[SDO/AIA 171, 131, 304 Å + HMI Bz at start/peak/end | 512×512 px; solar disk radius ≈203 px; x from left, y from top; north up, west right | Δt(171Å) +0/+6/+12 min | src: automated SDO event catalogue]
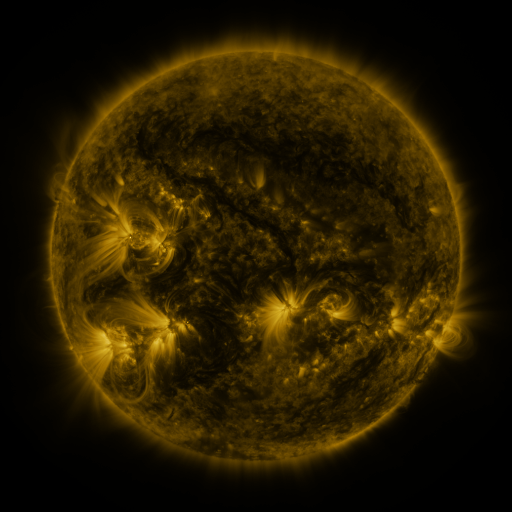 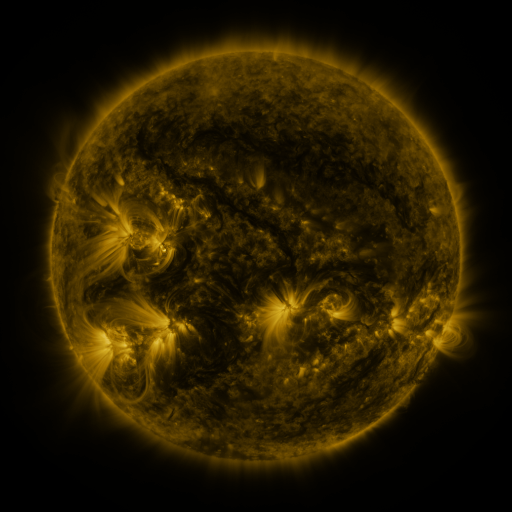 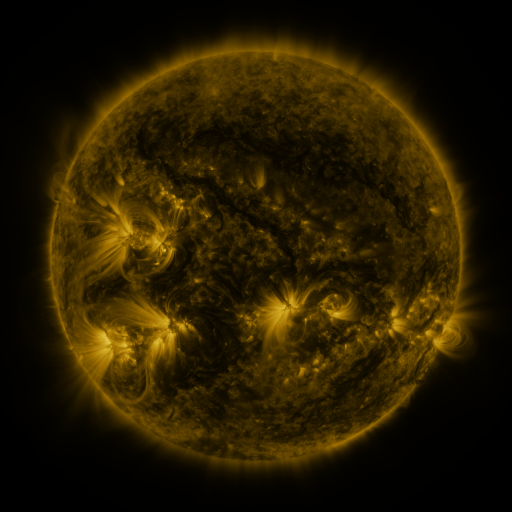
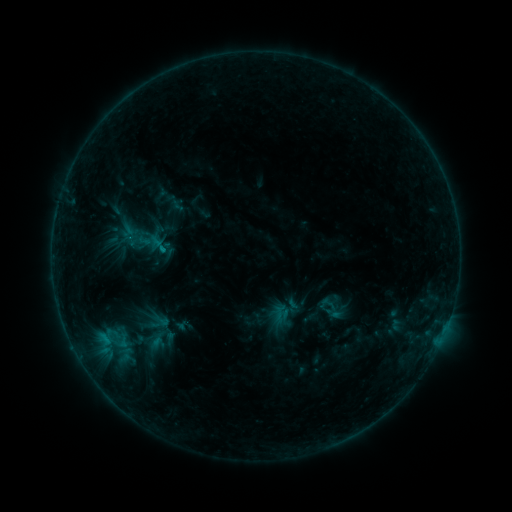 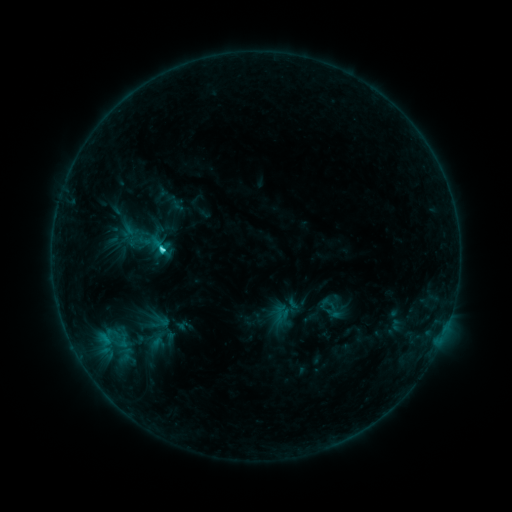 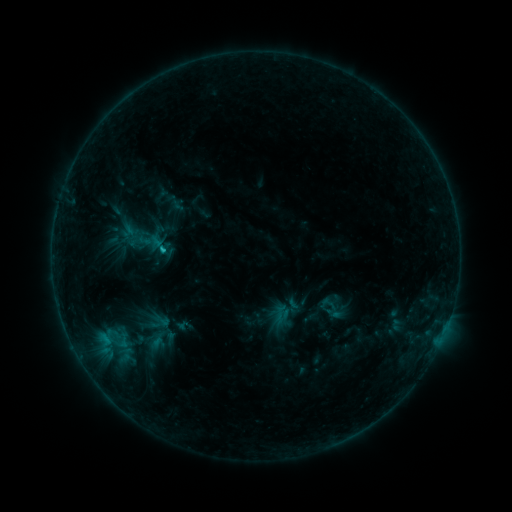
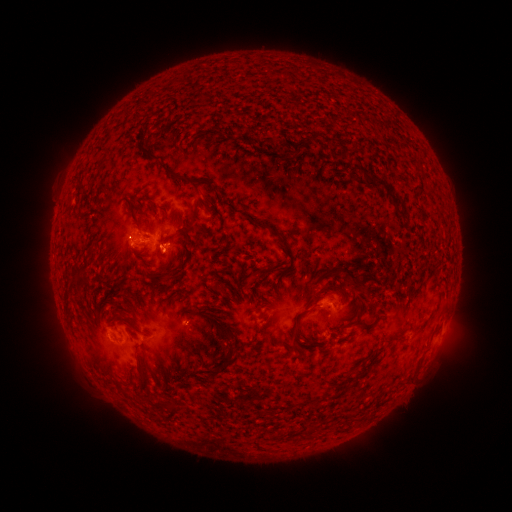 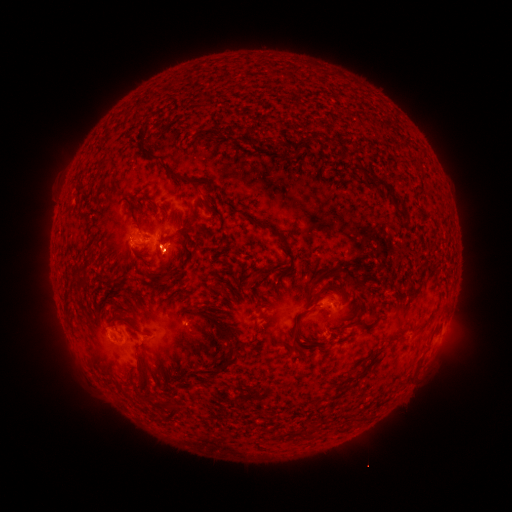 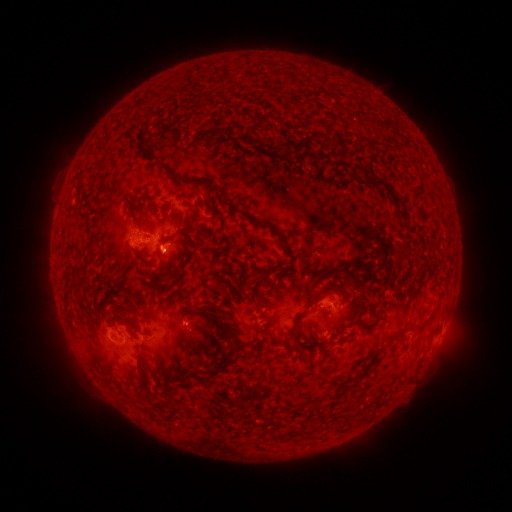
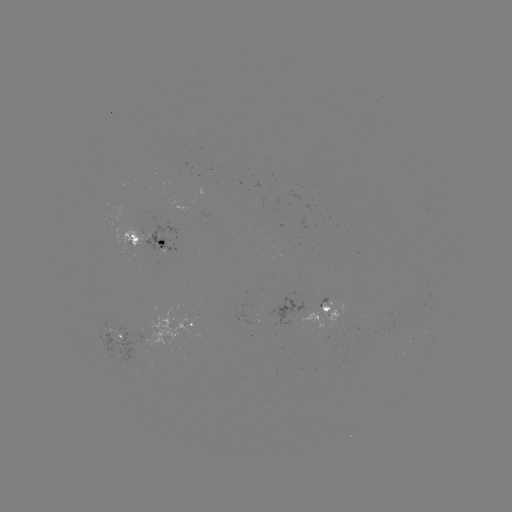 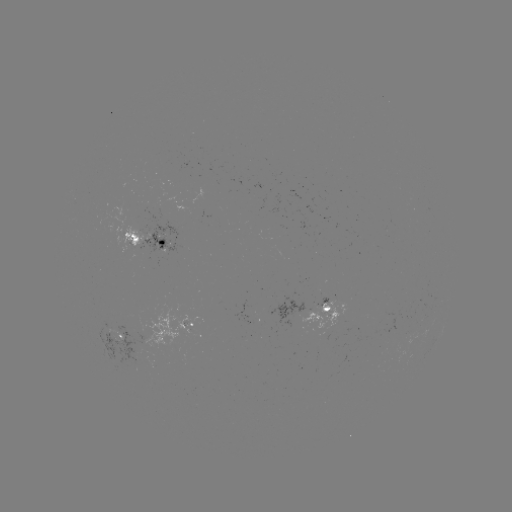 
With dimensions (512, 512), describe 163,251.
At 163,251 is C1.7 flare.